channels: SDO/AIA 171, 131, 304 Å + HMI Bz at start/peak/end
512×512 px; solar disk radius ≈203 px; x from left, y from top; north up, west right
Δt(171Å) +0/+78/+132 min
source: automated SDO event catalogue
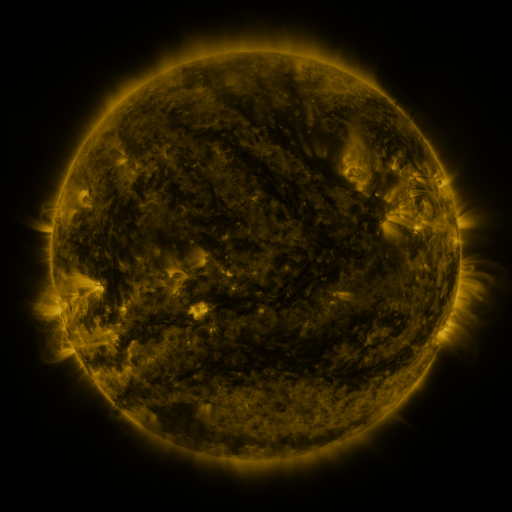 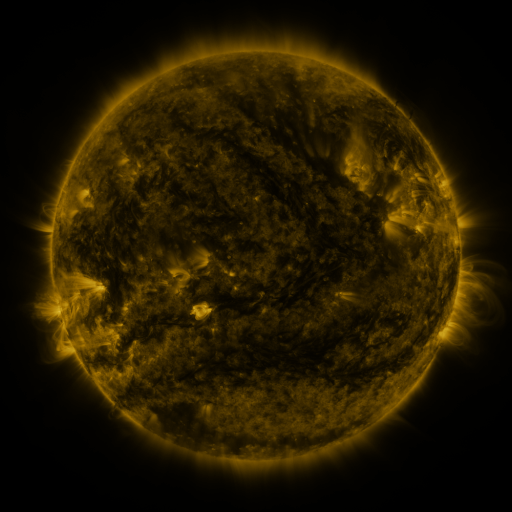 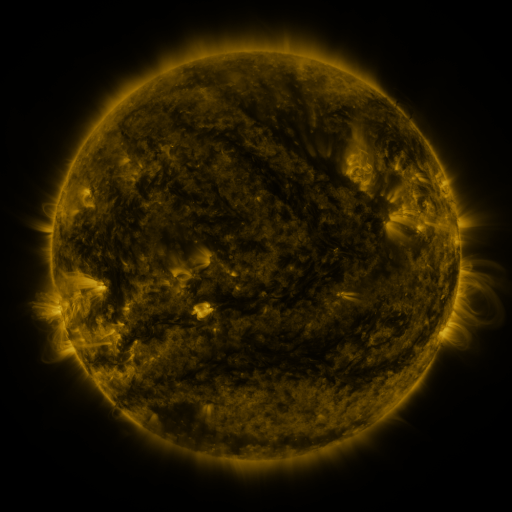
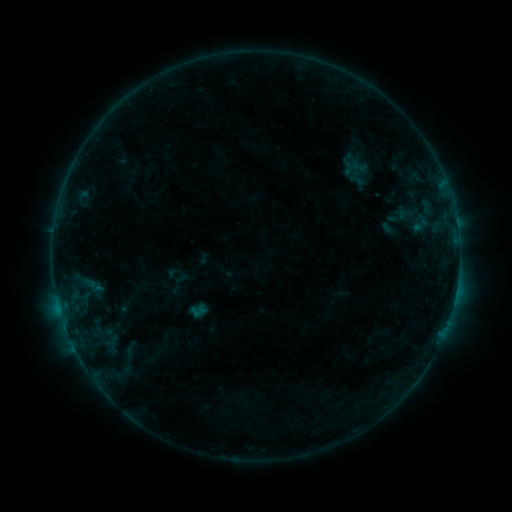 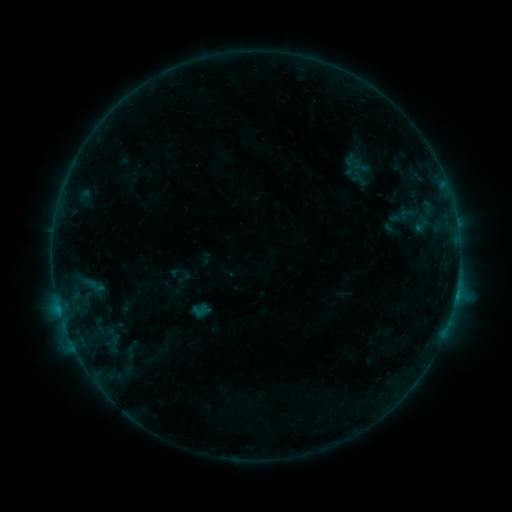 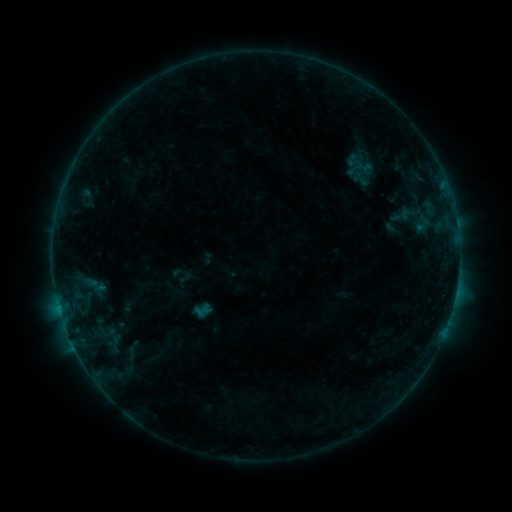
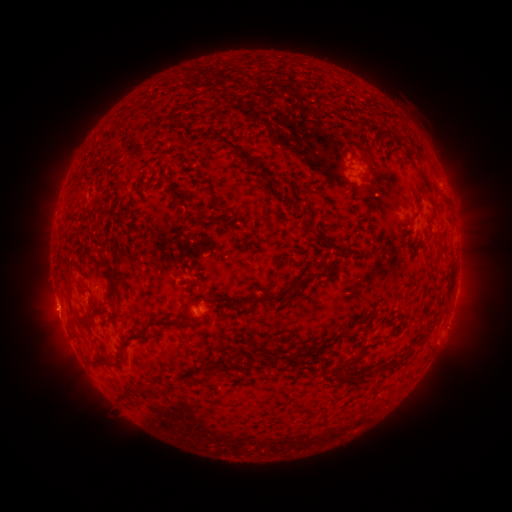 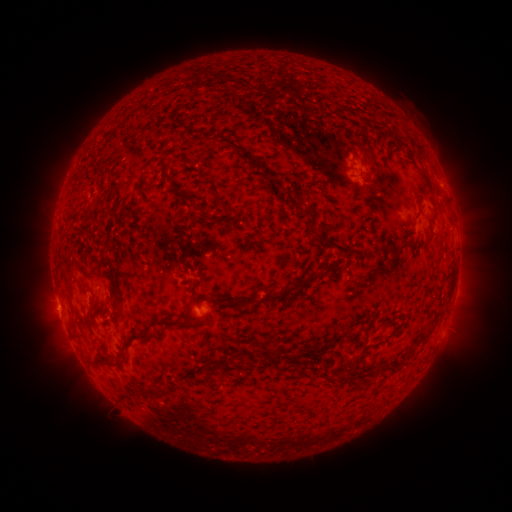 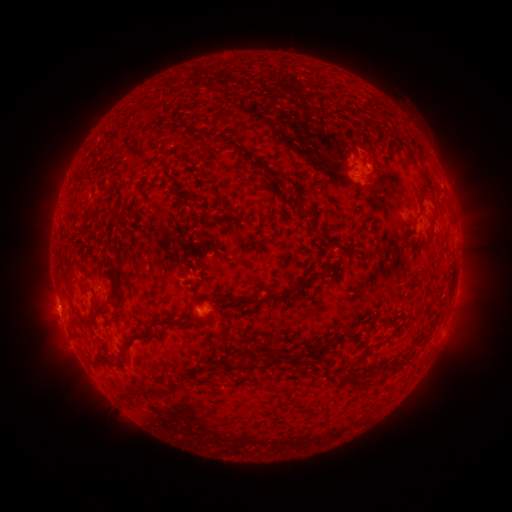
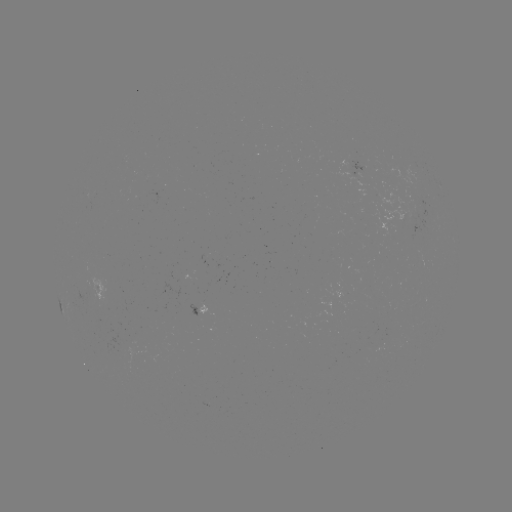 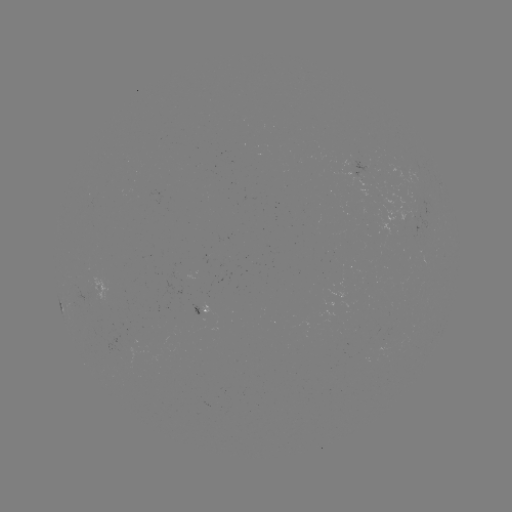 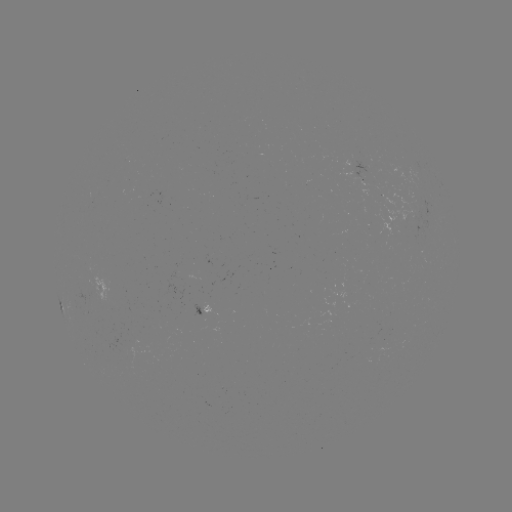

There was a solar flare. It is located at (420, 232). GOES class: B6.1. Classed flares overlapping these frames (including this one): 1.